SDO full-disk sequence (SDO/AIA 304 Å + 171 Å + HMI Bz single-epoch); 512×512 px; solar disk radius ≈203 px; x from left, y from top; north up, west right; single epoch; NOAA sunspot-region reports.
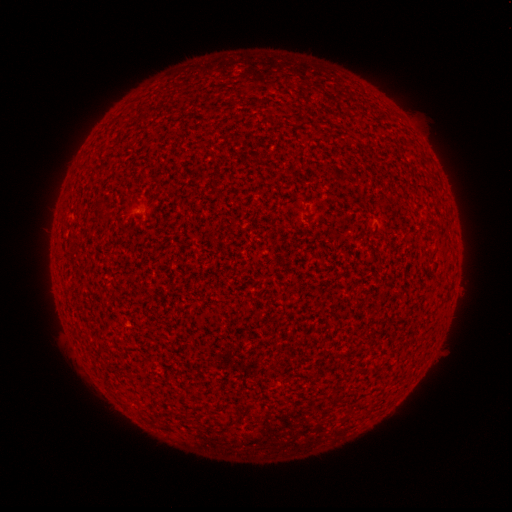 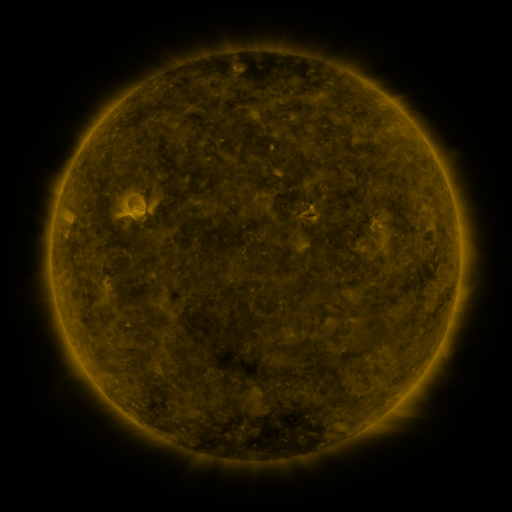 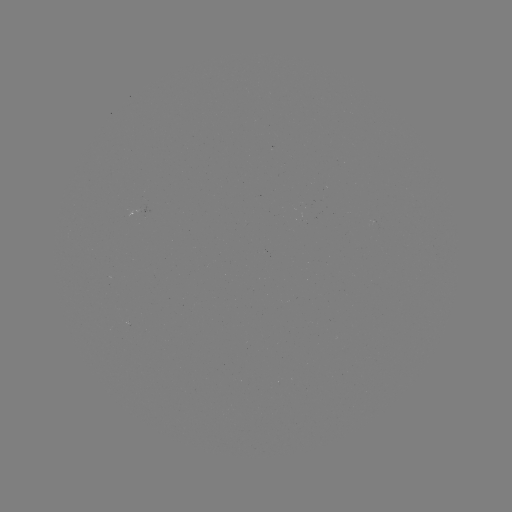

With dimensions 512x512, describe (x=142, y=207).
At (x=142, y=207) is spotted active region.